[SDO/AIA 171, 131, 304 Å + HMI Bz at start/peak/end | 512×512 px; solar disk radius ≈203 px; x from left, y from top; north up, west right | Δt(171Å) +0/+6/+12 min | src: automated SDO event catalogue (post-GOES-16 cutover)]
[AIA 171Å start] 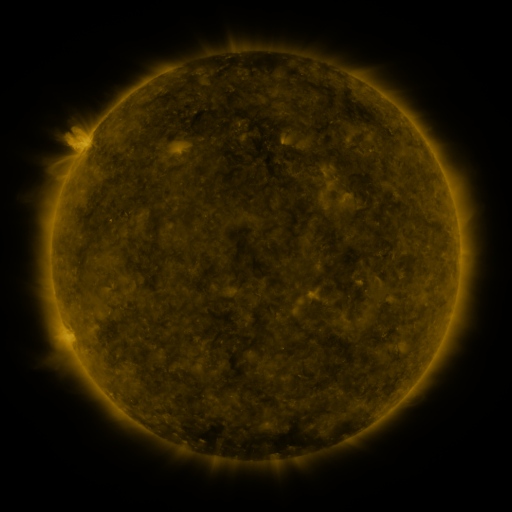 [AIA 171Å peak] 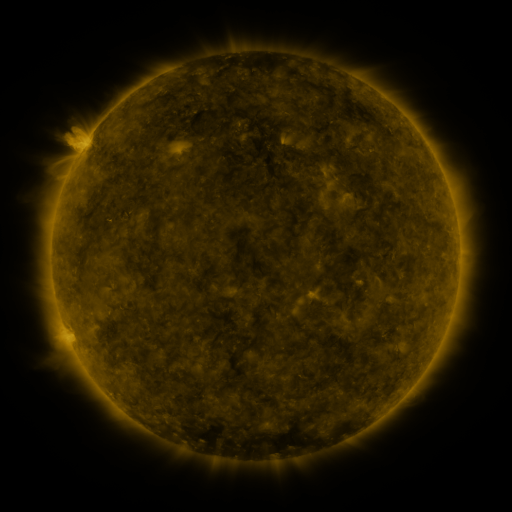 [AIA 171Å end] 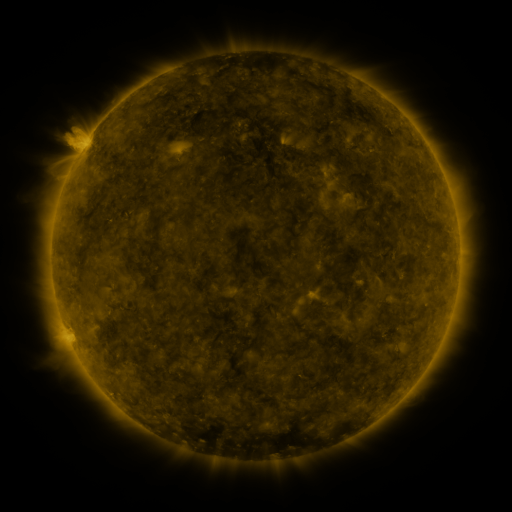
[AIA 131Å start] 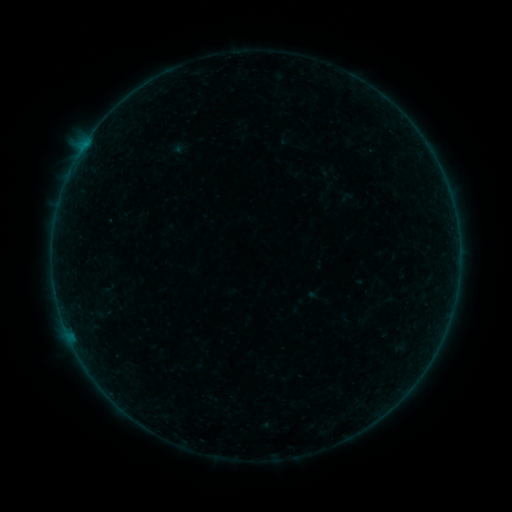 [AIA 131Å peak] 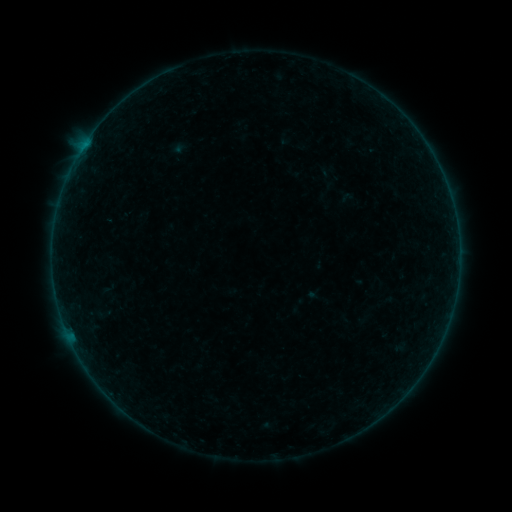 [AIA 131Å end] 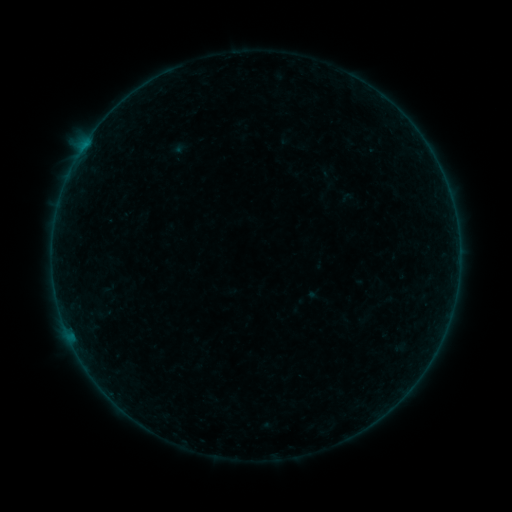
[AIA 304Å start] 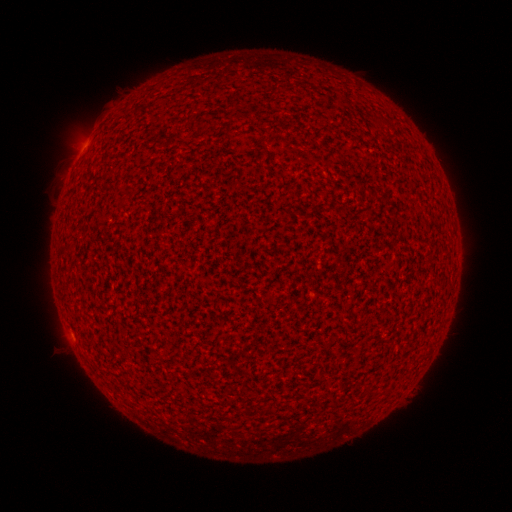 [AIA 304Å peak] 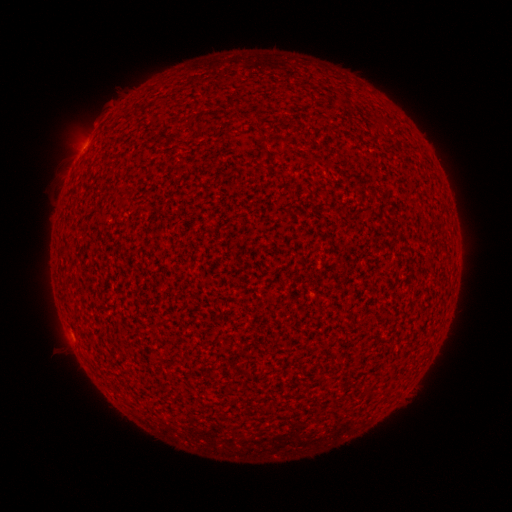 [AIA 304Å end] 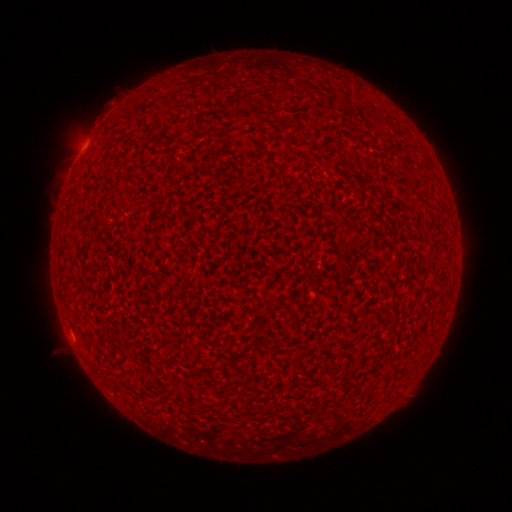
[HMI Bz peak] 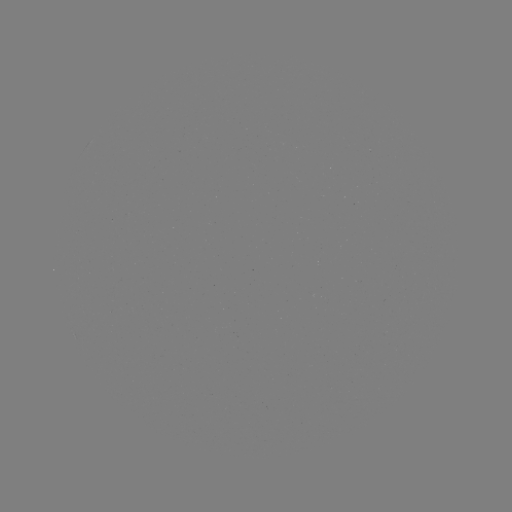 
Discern A2.9 flare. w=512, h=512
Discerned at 87,142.